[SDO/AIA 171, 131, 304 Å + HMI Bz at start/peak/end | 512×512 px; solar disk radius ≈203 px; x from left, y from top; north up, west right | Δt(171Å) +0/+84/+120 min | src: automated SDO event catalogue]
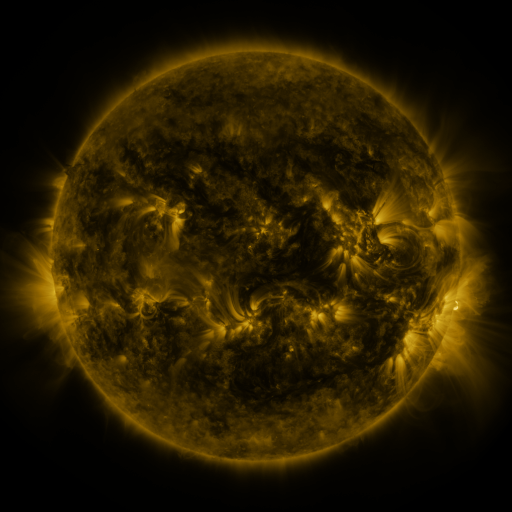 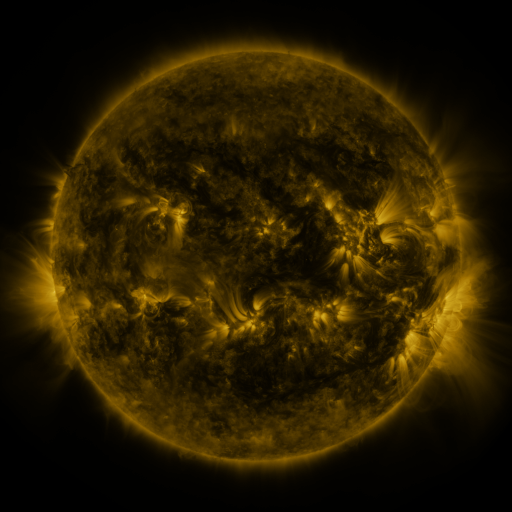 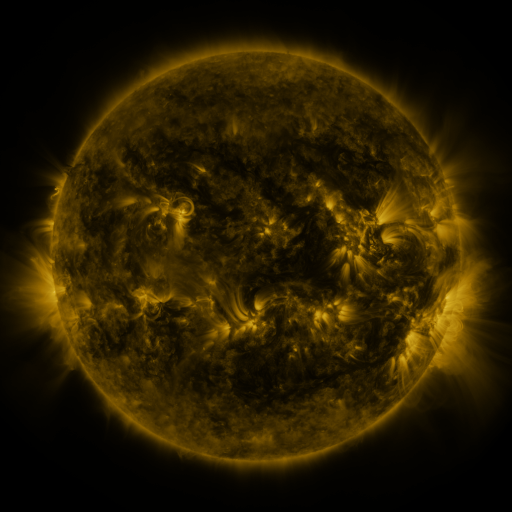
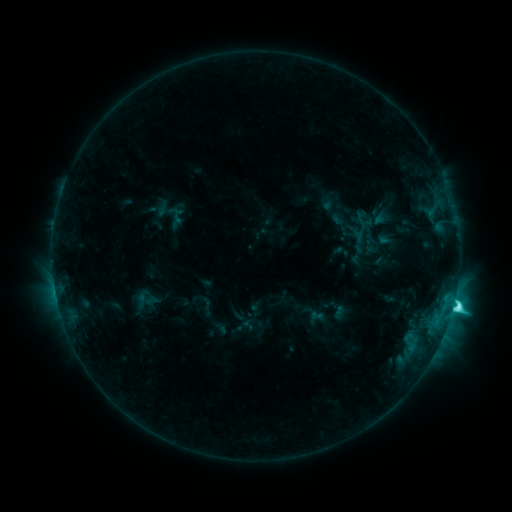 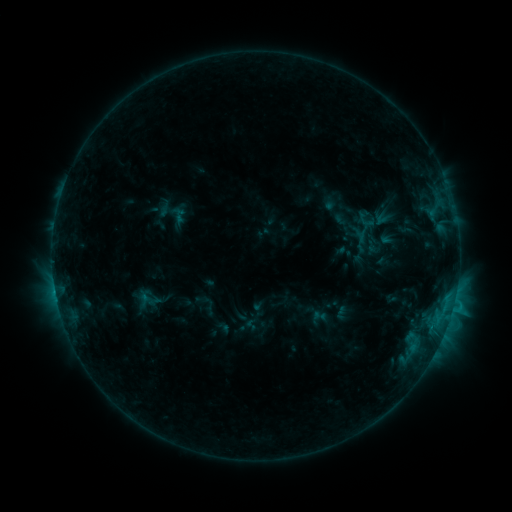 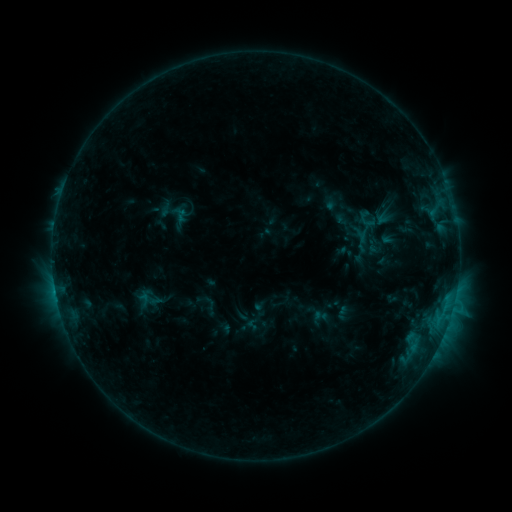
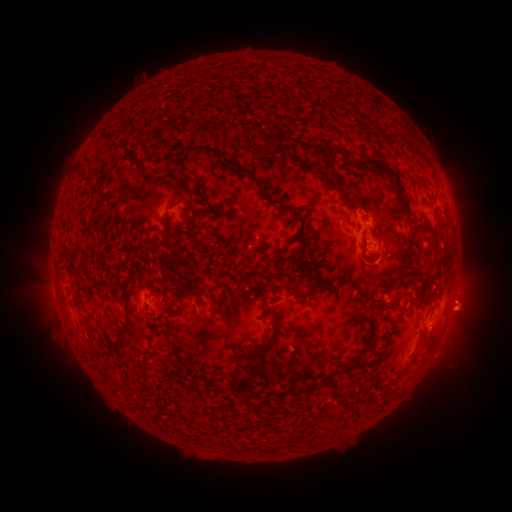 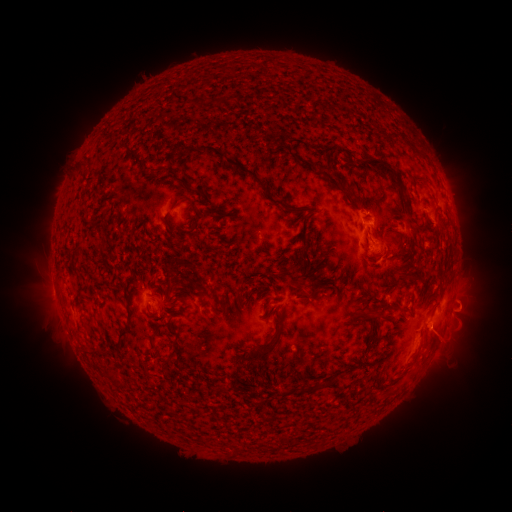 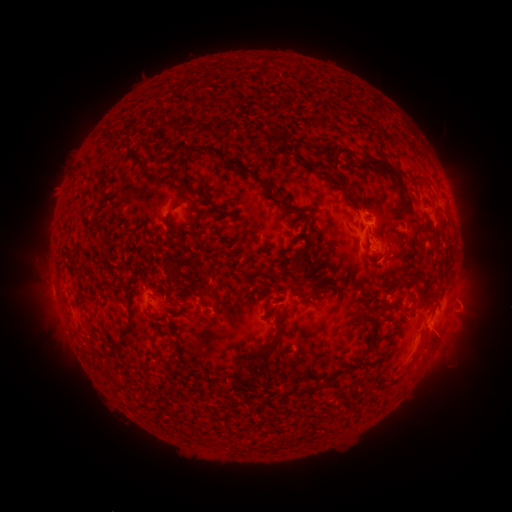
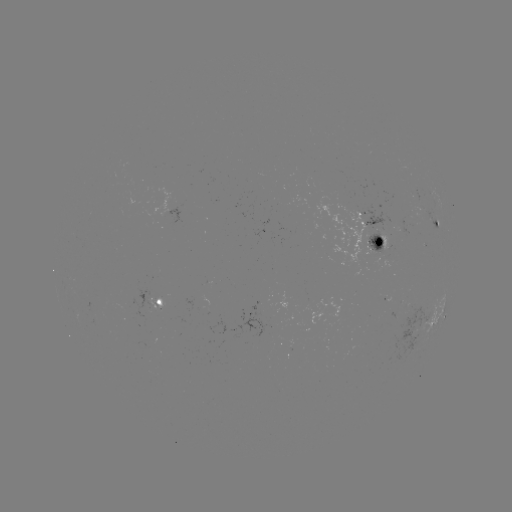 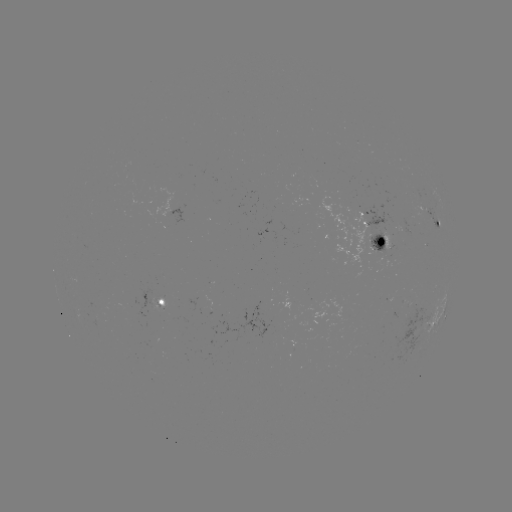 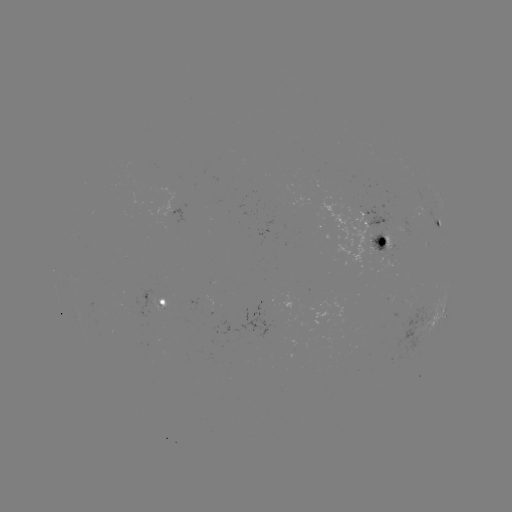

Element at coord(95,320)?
emerging-flux region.